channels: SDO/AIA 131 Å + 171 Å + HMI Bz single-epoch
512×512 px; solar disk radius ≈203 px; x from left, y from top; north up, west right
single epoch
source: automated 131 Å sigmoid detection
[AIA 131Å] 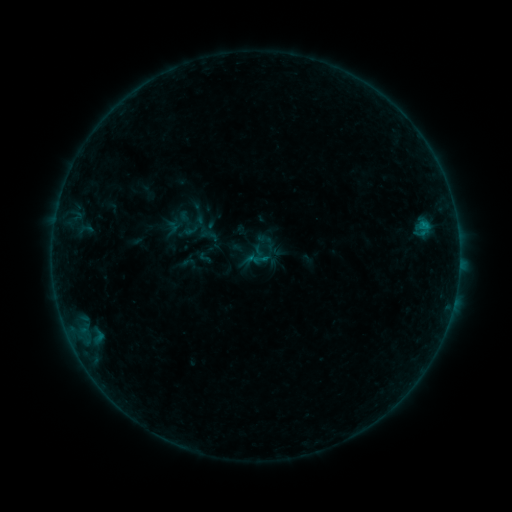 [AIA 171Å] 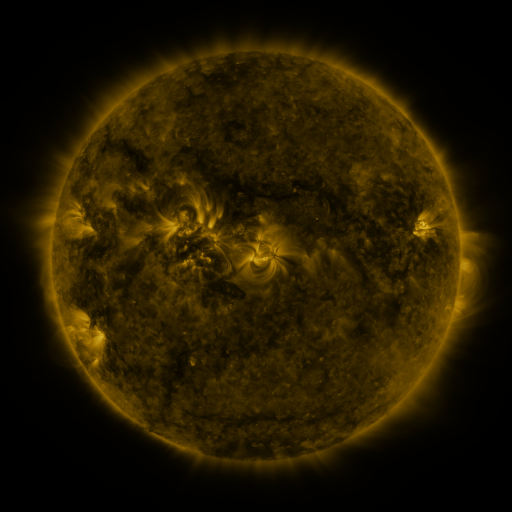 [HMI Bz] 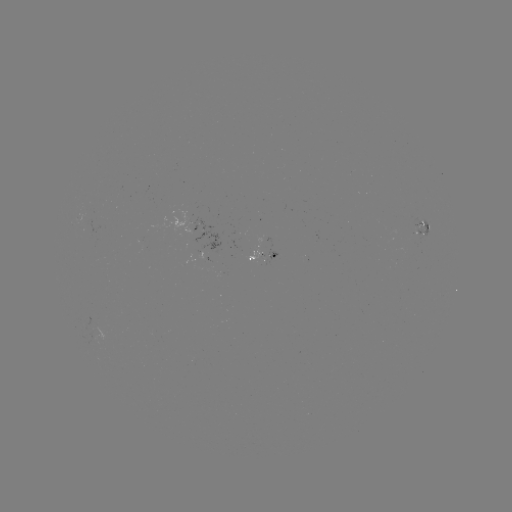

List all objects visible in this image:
sigmoid: (199, 214)
